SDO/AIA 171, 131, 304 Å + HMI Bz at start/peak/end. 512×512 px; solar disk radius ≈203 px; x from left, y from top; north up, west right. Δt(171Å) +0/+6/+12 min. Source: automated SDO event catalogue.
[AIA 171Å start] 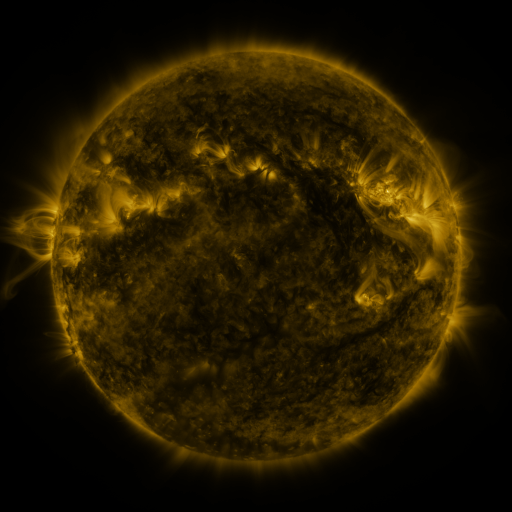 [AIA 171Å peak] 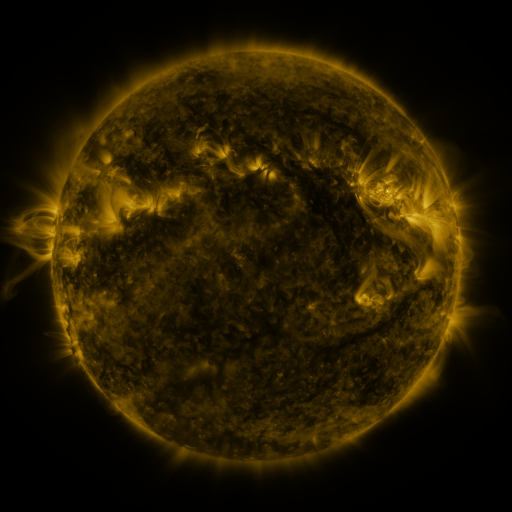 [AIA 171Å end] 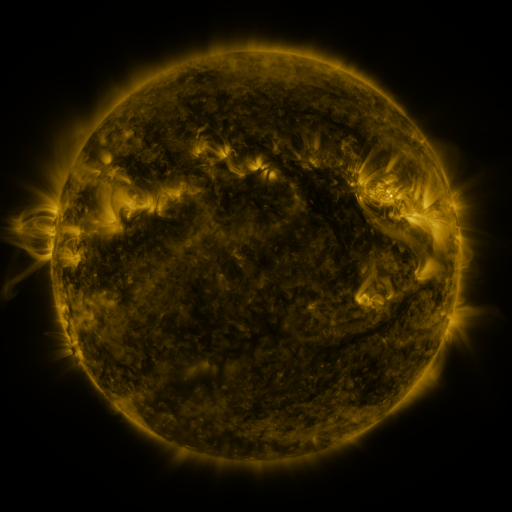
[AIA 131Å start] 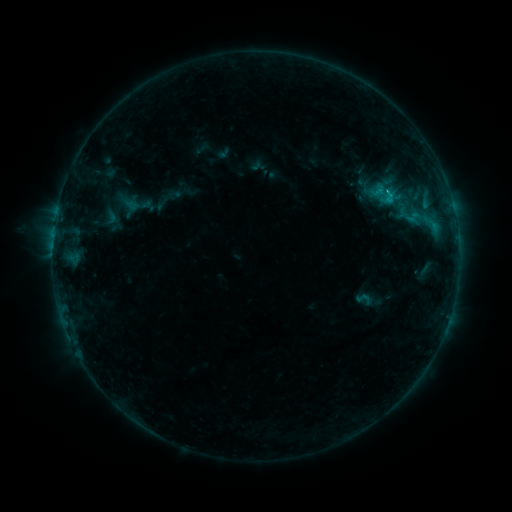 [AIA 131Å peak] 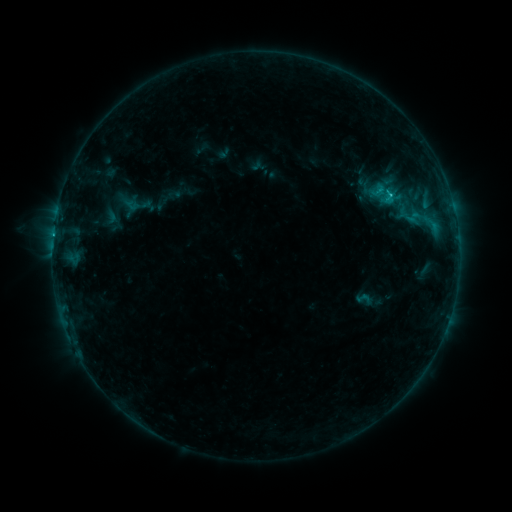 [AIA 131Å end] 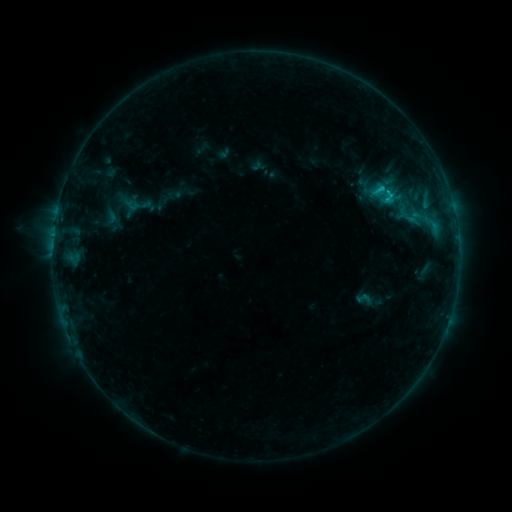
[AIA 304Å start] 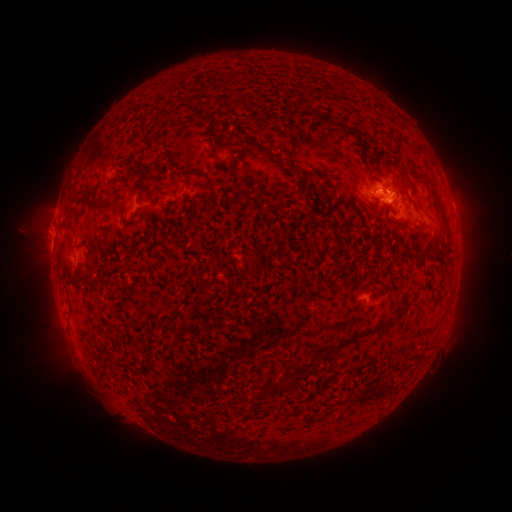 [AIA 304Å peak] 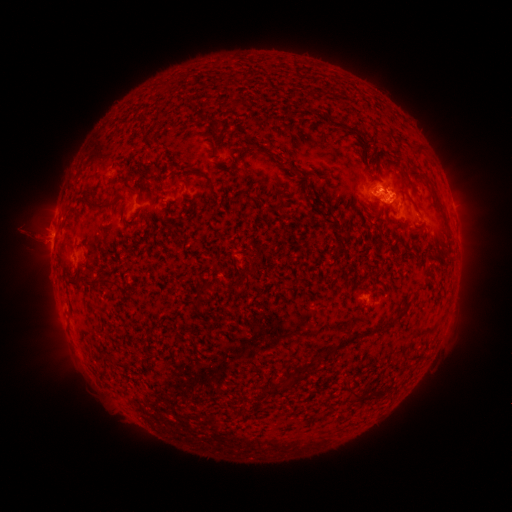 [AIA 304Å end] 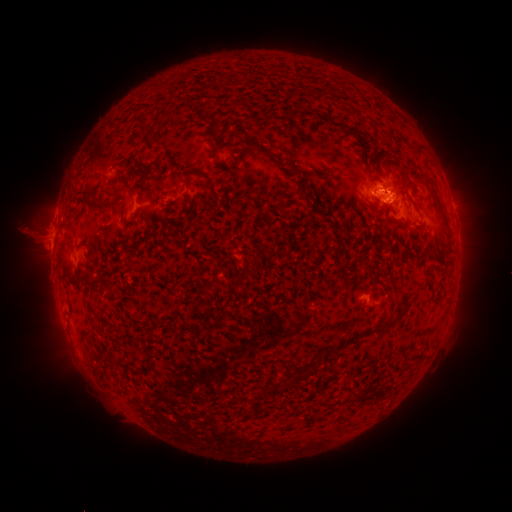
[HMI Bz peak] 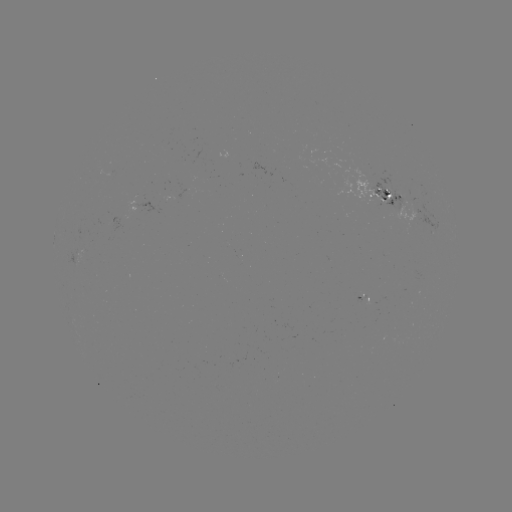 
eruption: [16, 217, 89, 271]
